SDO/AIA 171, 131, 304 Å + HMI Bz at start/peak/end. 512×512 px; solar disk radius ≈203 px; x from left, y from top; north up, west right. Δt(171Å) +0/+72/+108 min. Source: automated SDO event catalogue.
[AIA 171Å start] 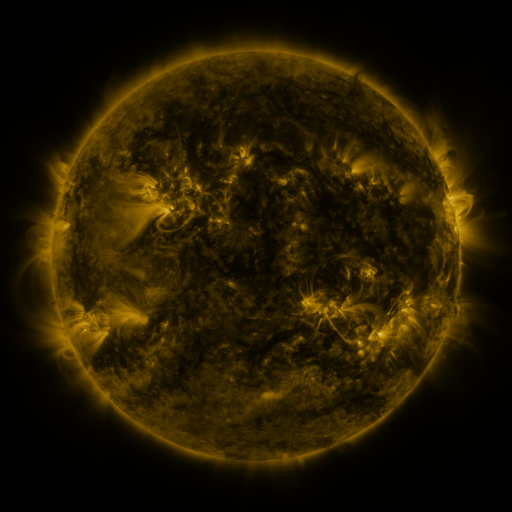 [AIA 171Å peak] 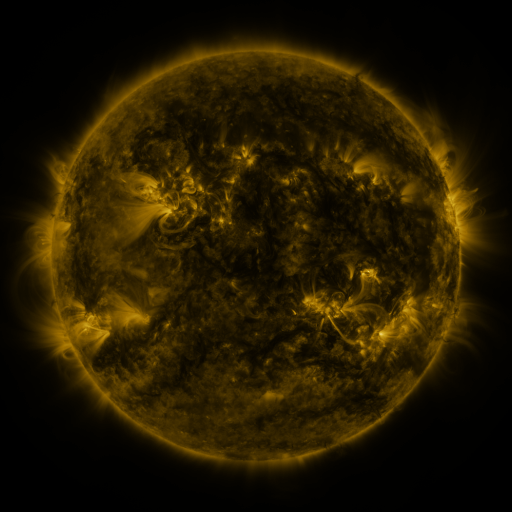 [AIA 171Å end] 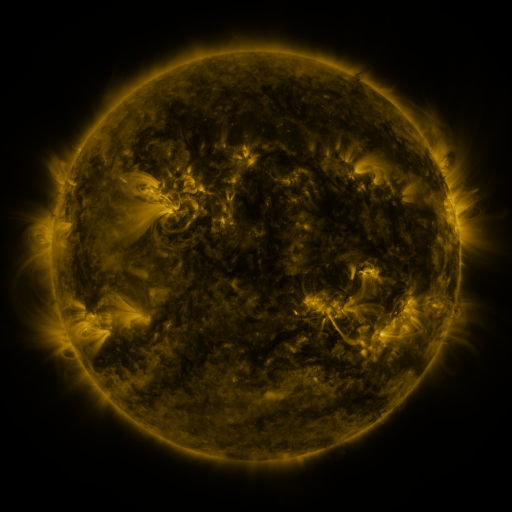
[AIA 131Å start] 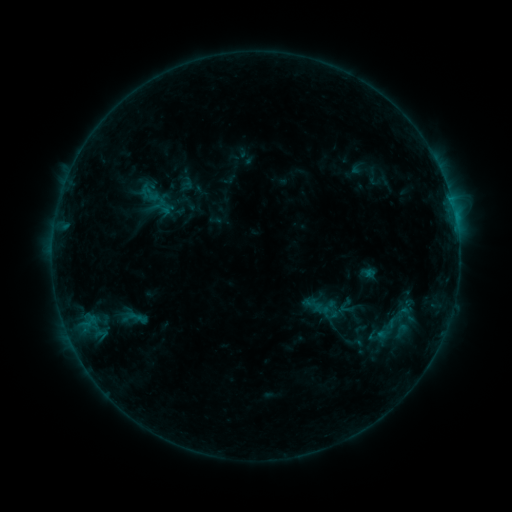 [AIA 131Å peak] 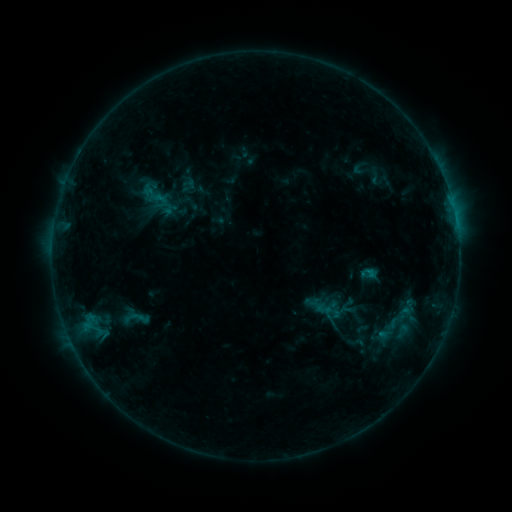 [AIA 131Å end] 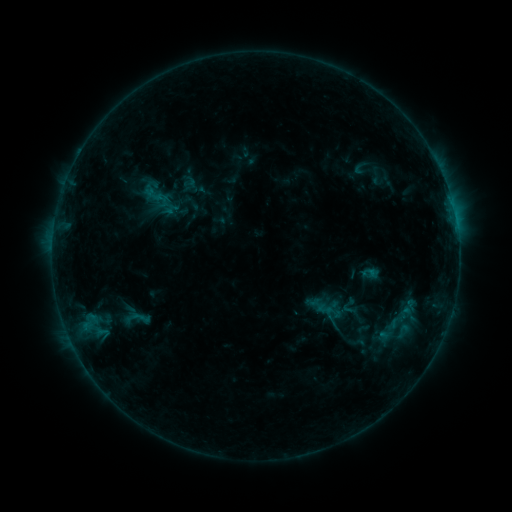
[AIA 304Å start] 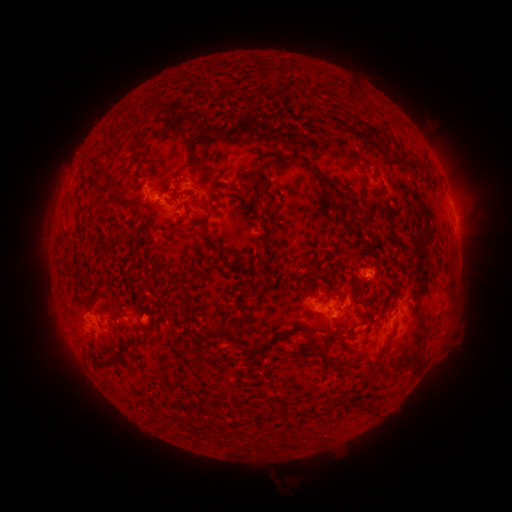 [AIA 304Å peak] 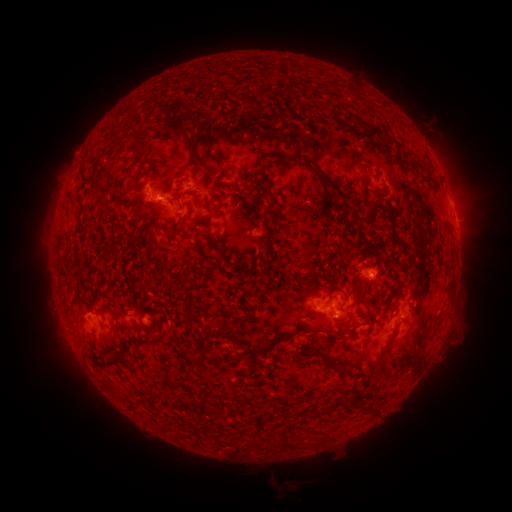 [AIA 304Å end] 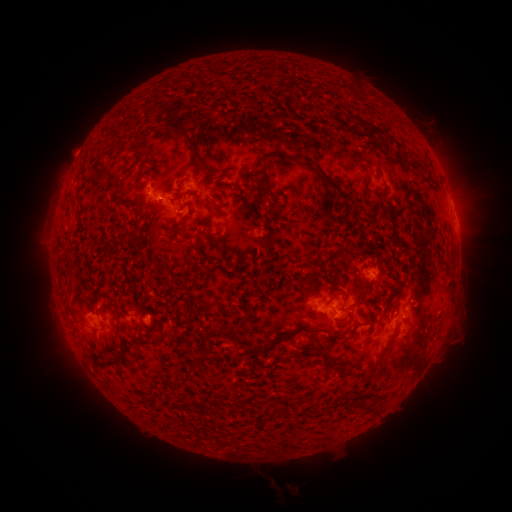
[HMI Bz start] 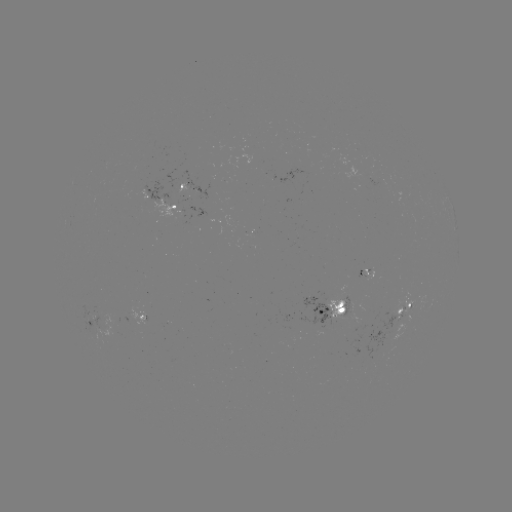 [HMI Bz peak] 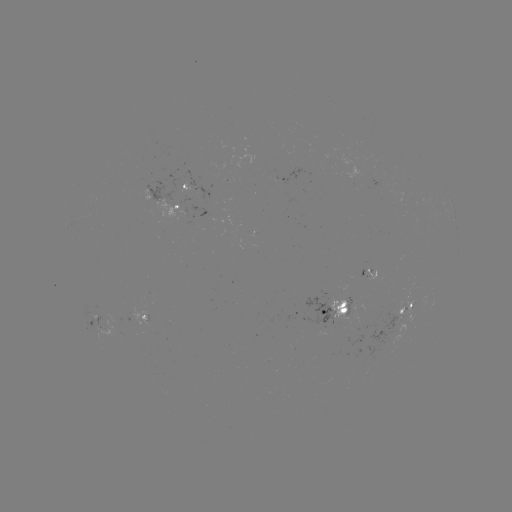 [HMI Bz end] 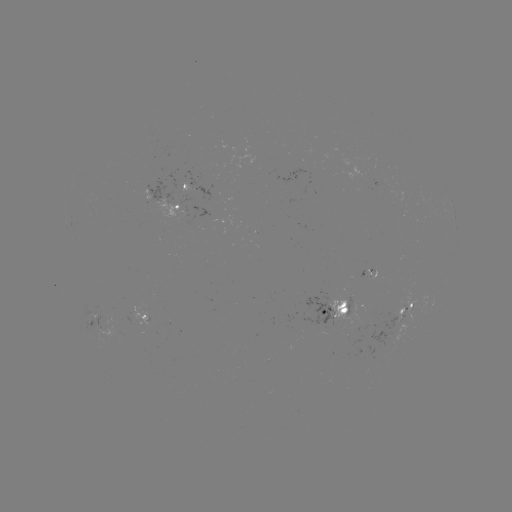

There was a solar emerging-flux region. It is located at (380, 181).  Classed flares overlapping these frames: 1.